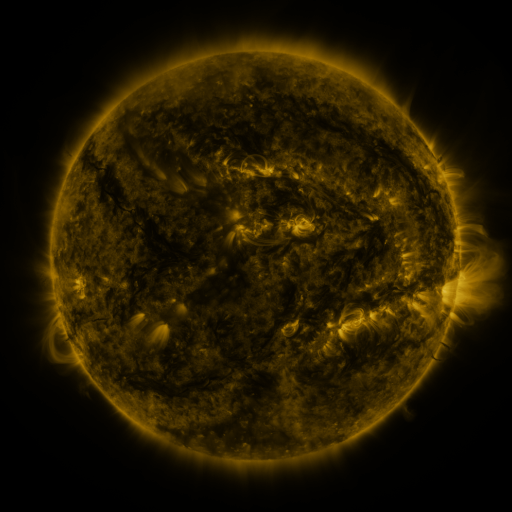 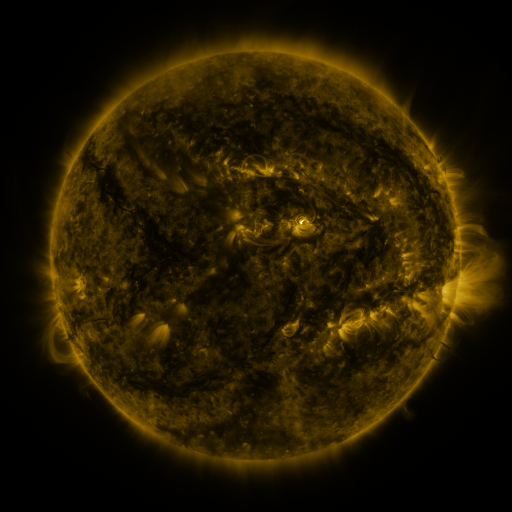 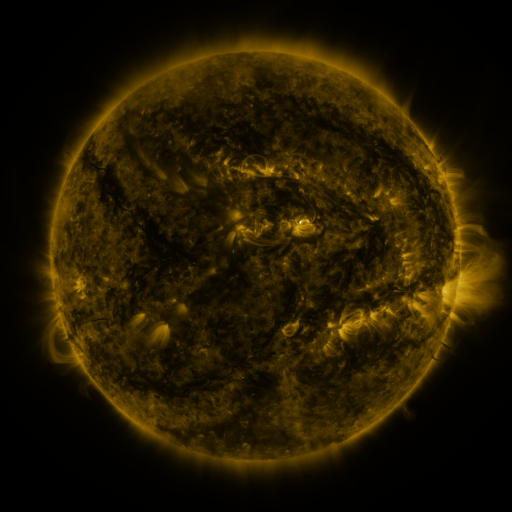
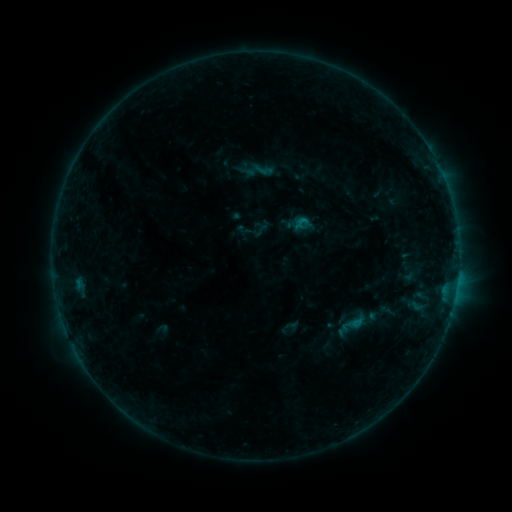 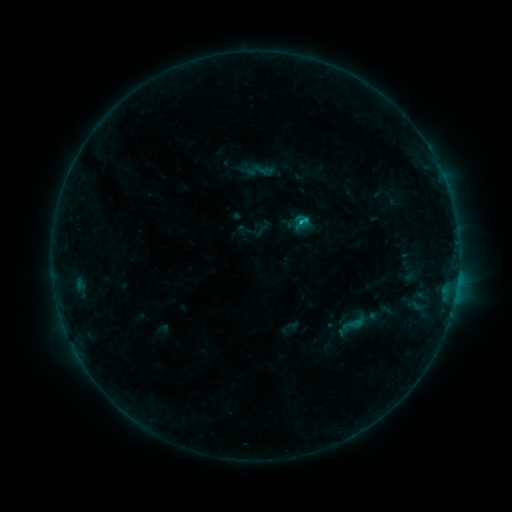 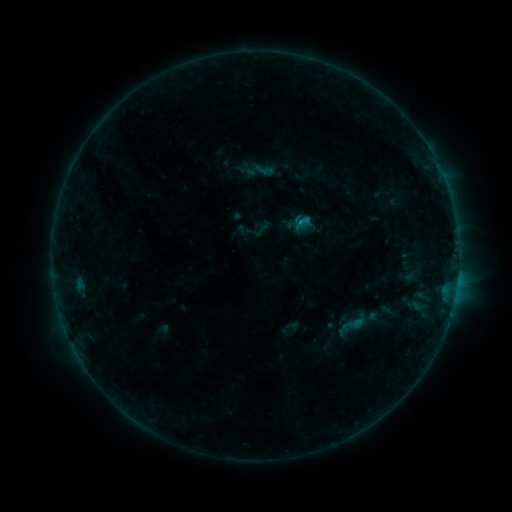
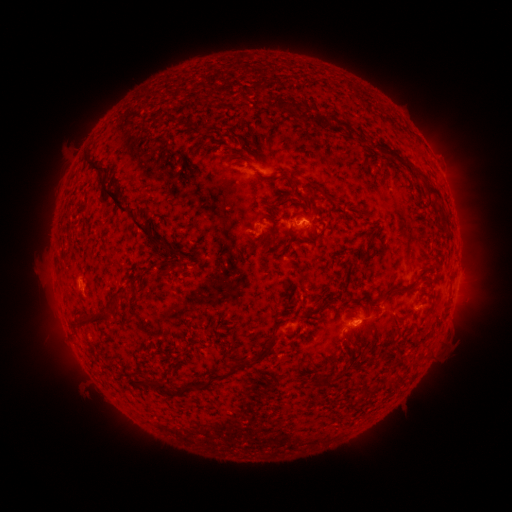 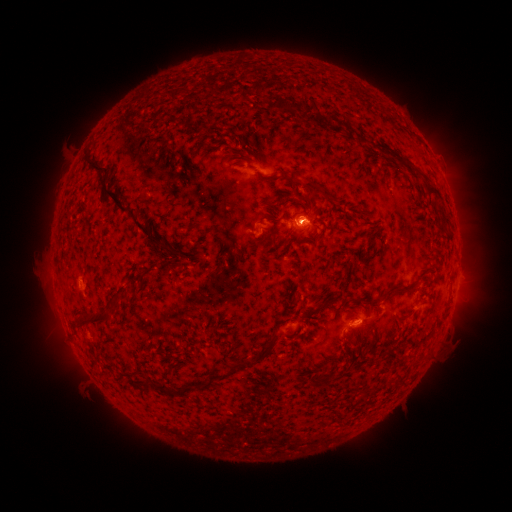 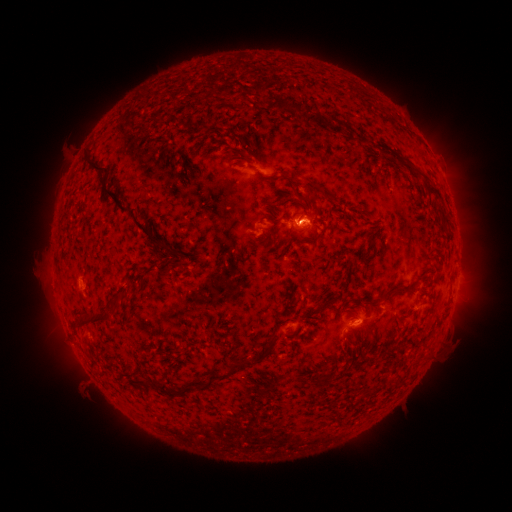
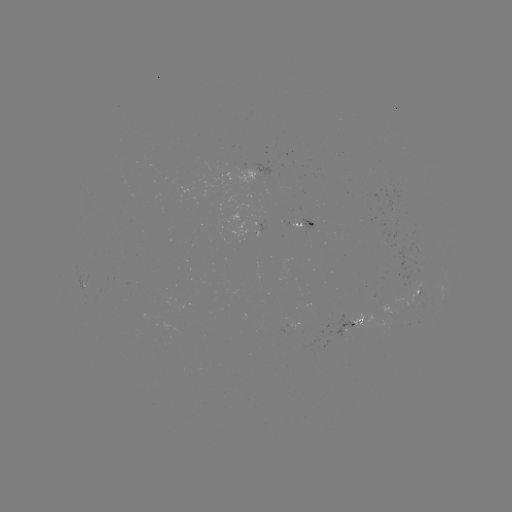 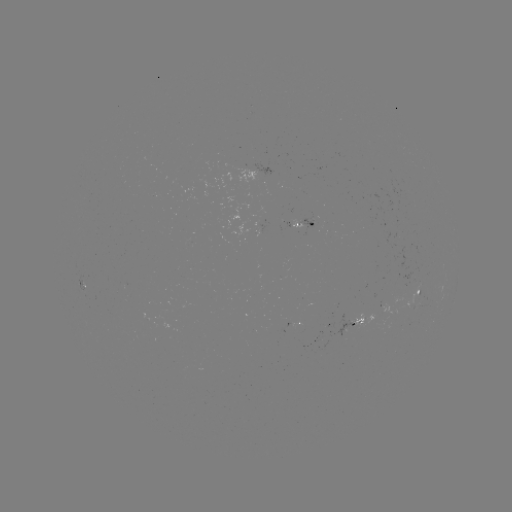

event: eruption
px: (304, 222)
